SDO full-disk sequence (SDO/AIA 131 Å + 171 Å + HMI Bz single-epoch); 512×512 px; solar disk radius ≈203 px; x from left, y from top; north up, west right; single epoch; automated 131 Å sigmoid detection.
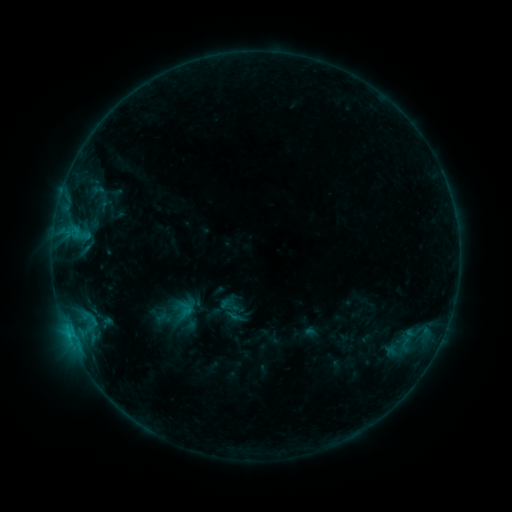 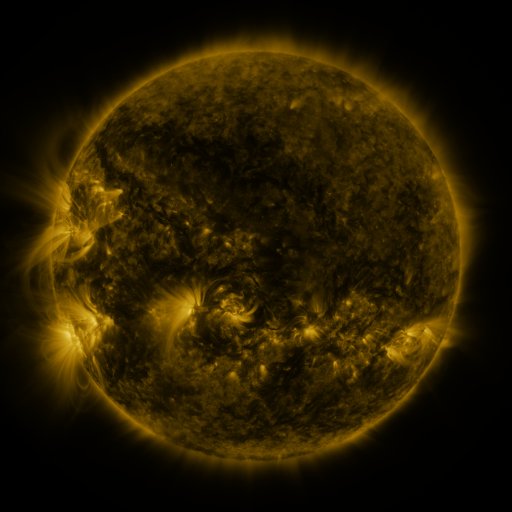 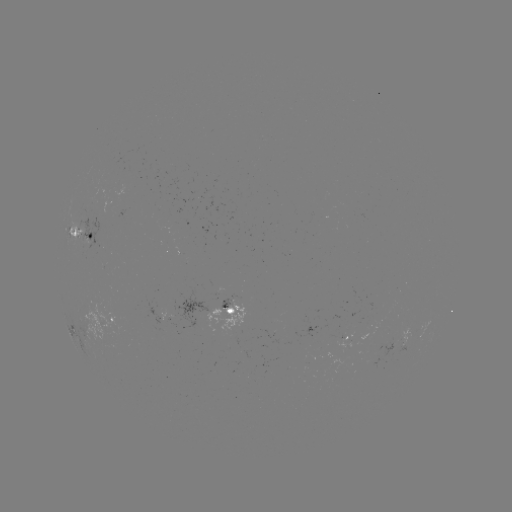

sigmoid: (218, 294, 239, 316)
